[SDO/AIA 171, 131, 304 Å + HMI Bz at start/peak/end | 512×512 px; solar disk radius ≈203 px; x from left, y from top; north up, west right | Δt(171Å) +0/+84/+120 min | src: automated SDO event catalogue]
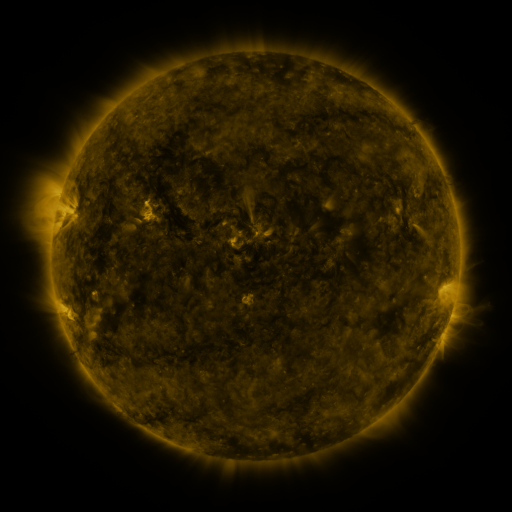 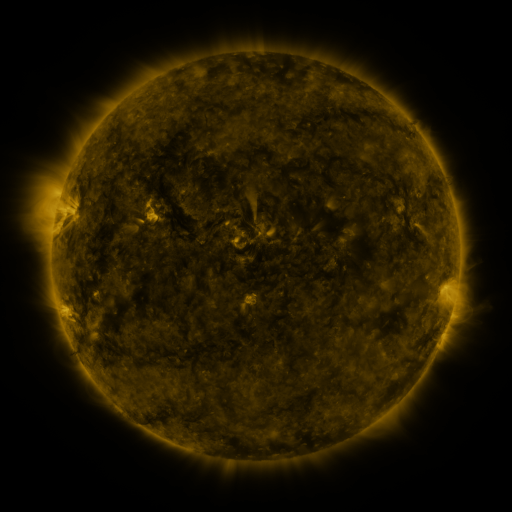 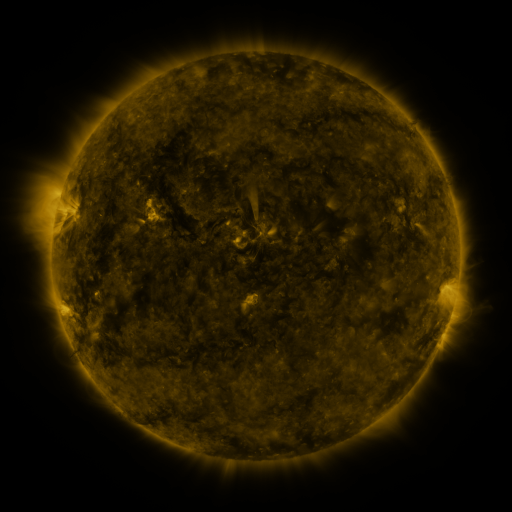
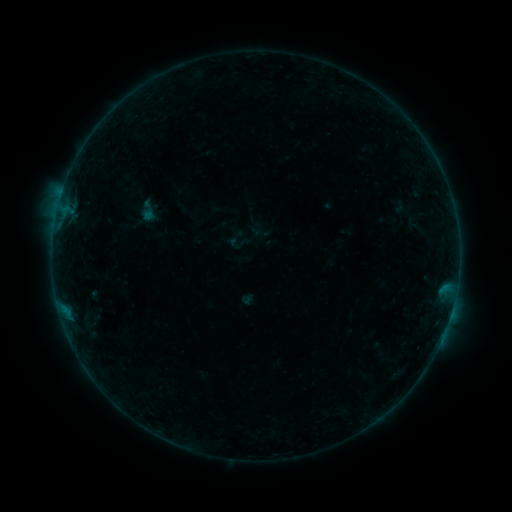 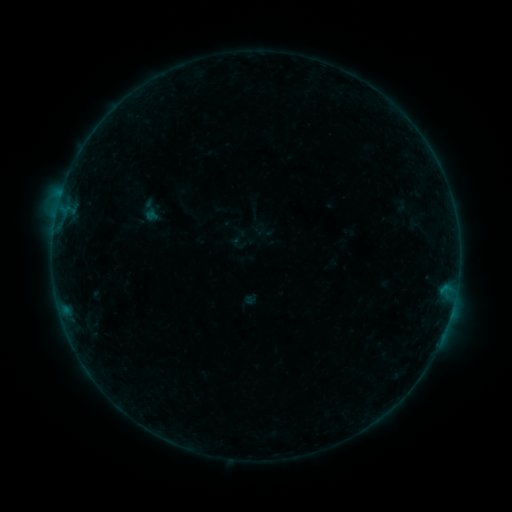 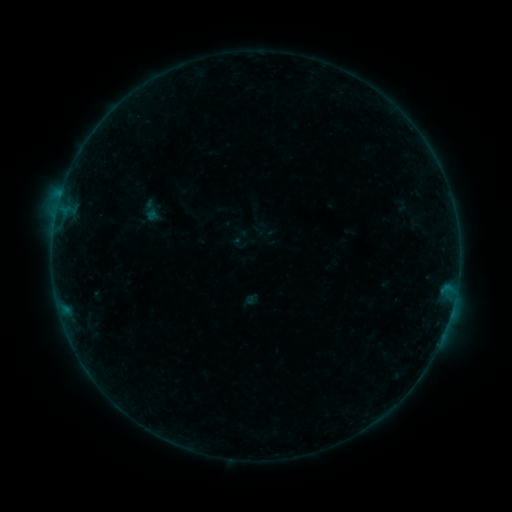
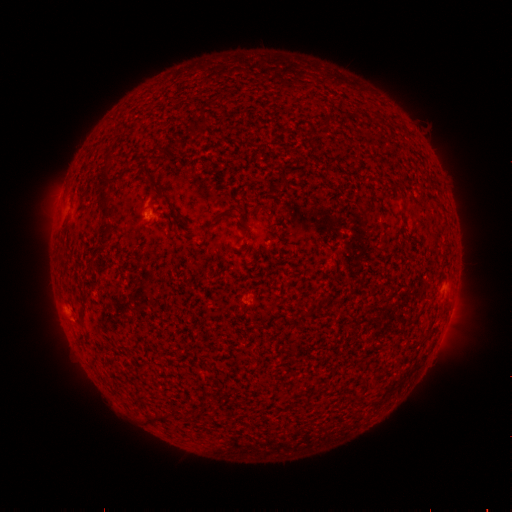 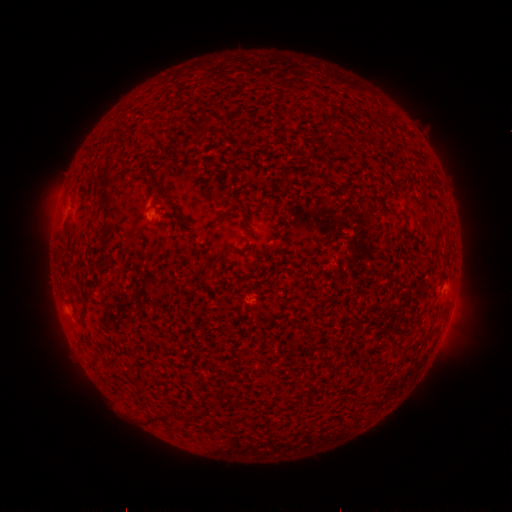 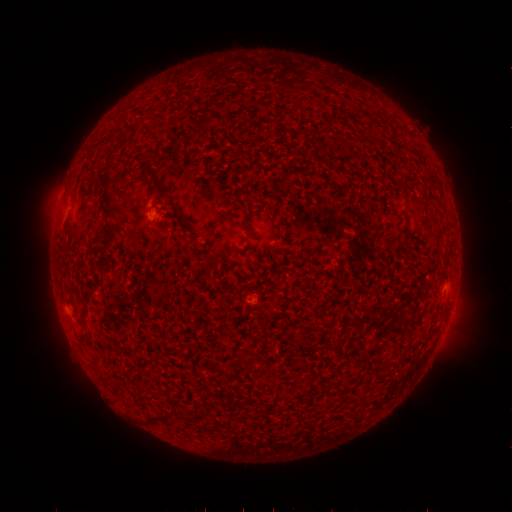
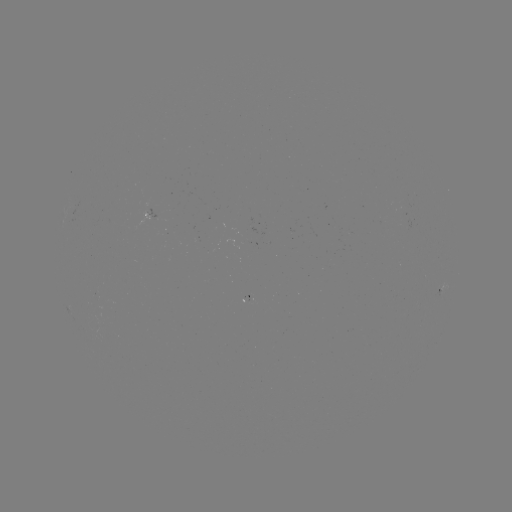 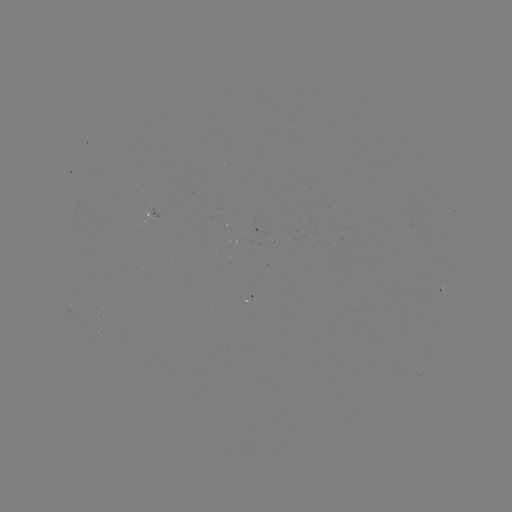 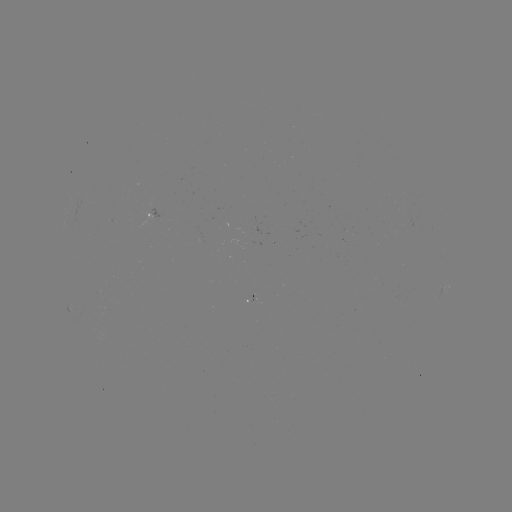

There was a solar emerging-flux region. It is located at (156, 209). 